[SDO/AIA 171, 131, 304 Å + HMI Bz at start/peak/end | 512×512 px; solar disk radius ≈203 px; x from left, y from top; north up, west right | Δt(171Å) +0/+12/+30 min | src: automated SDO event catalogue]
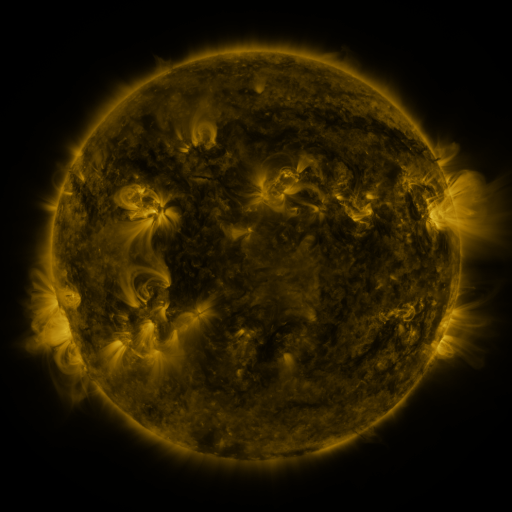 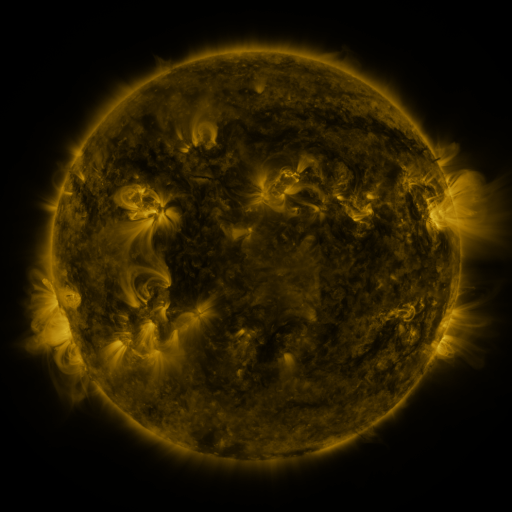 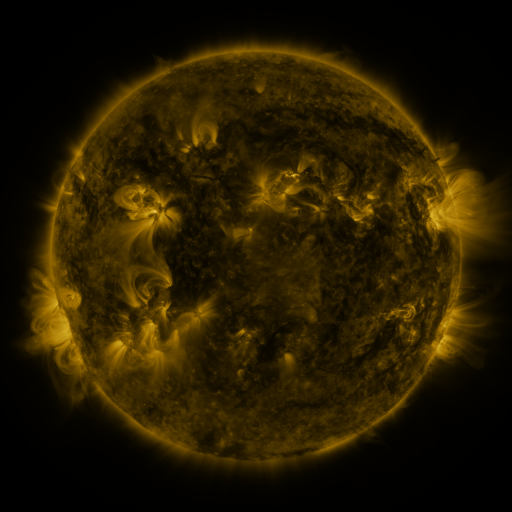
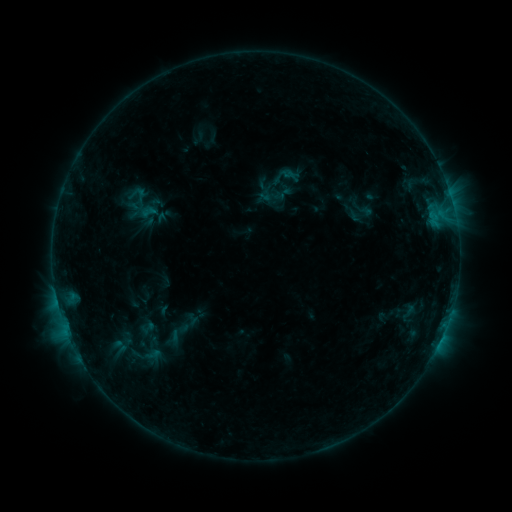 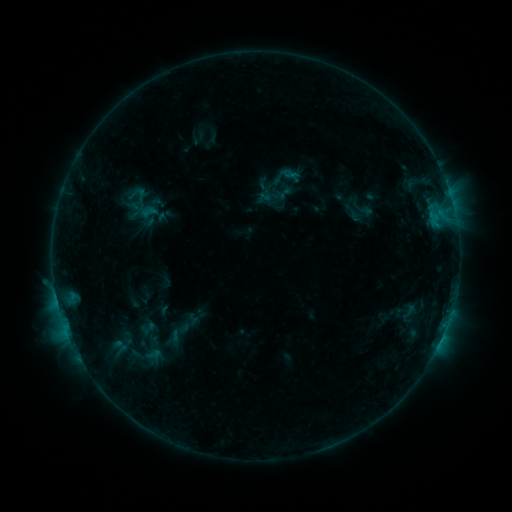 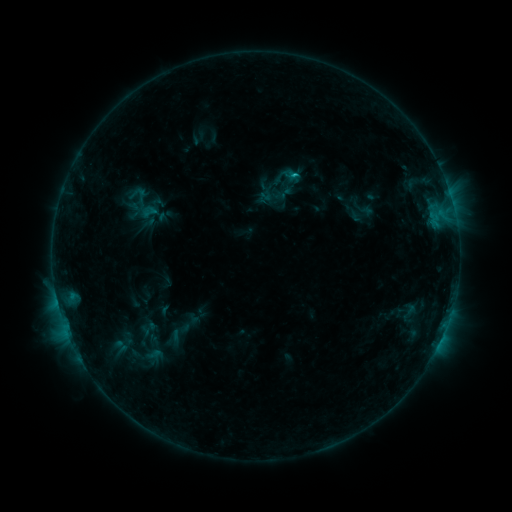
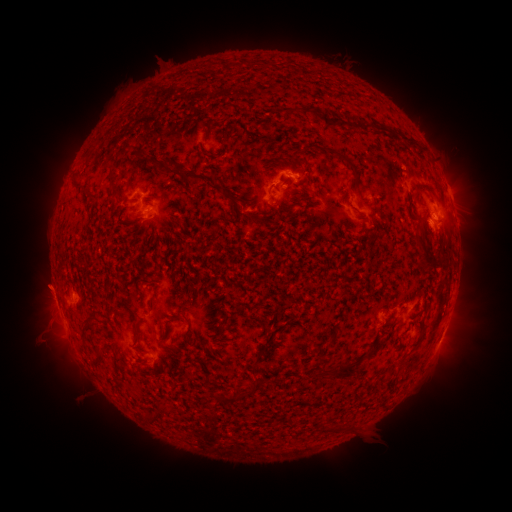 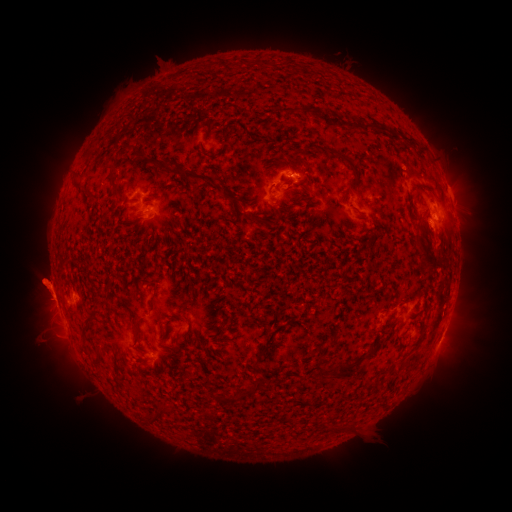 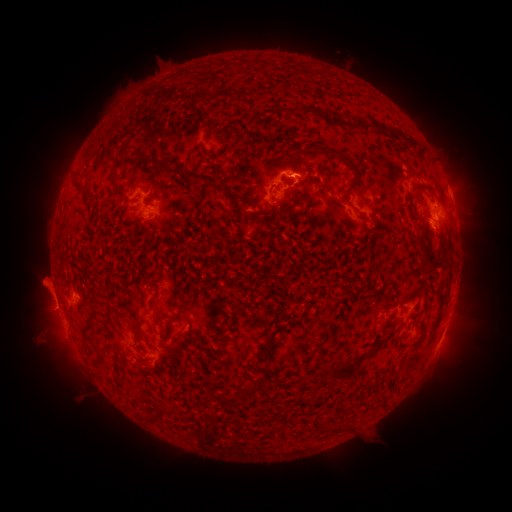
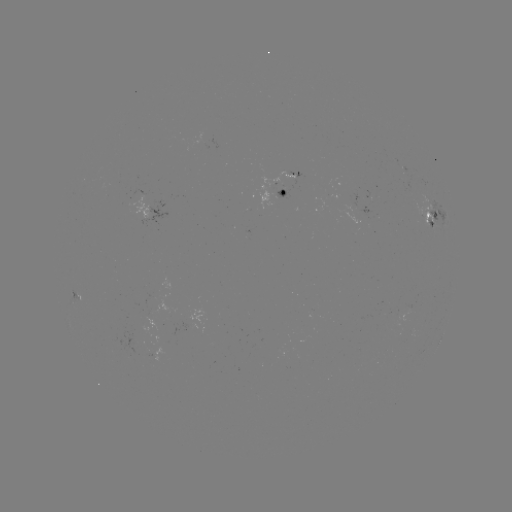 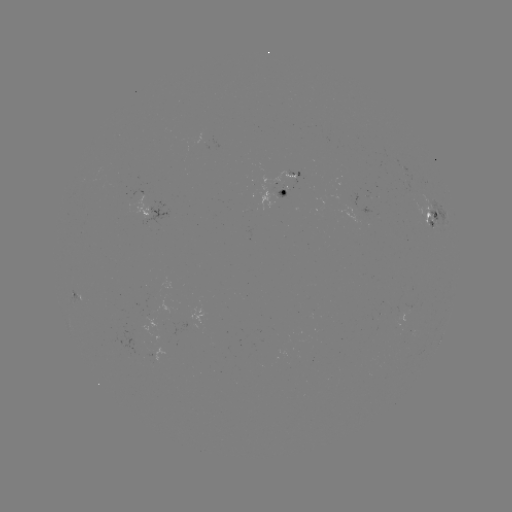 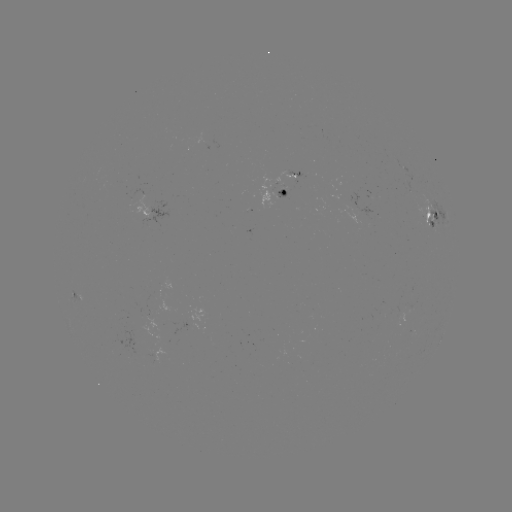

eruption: <bbox>13, 253, 75, 338</bbox>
